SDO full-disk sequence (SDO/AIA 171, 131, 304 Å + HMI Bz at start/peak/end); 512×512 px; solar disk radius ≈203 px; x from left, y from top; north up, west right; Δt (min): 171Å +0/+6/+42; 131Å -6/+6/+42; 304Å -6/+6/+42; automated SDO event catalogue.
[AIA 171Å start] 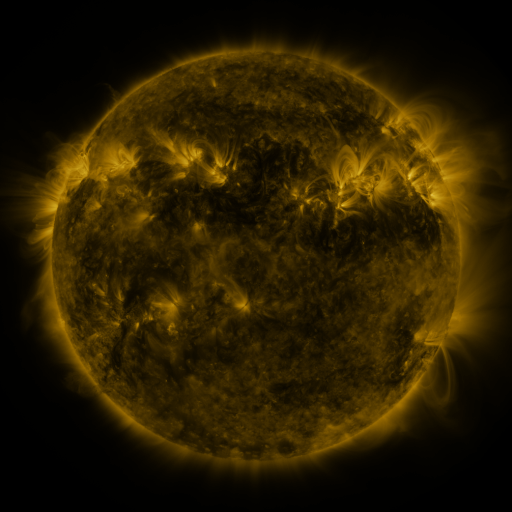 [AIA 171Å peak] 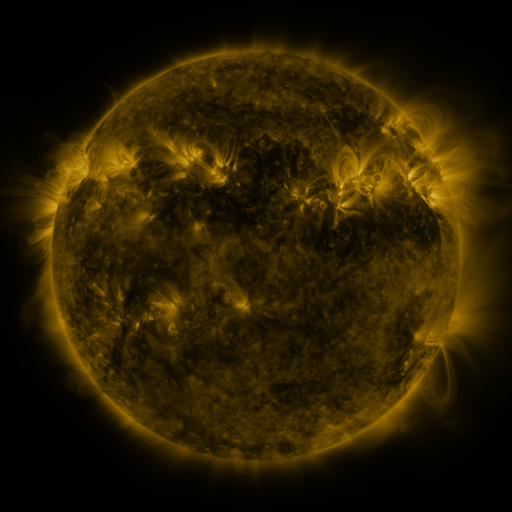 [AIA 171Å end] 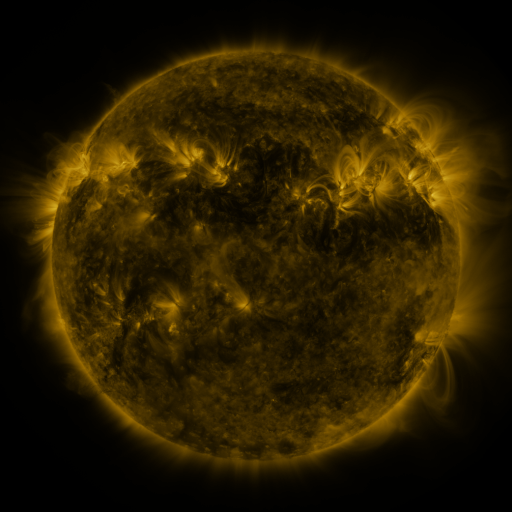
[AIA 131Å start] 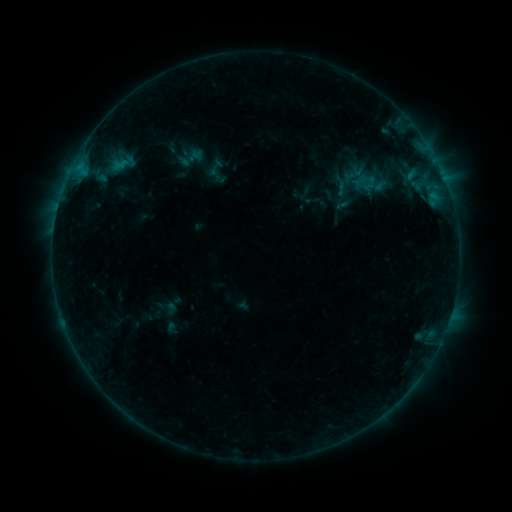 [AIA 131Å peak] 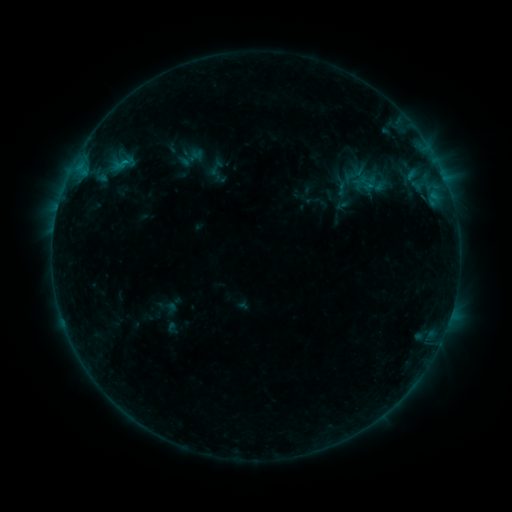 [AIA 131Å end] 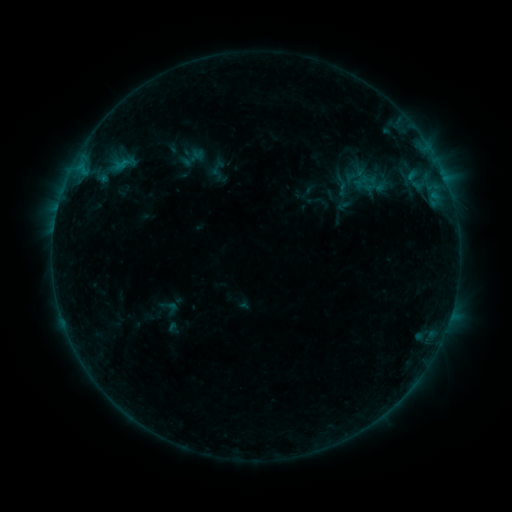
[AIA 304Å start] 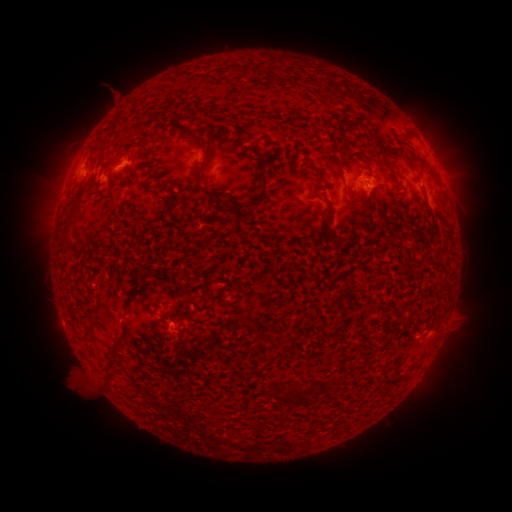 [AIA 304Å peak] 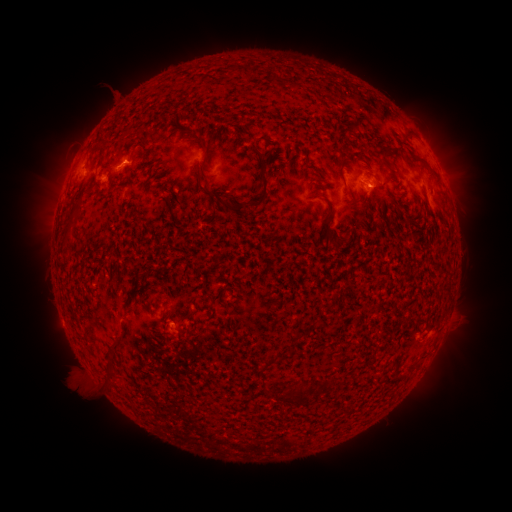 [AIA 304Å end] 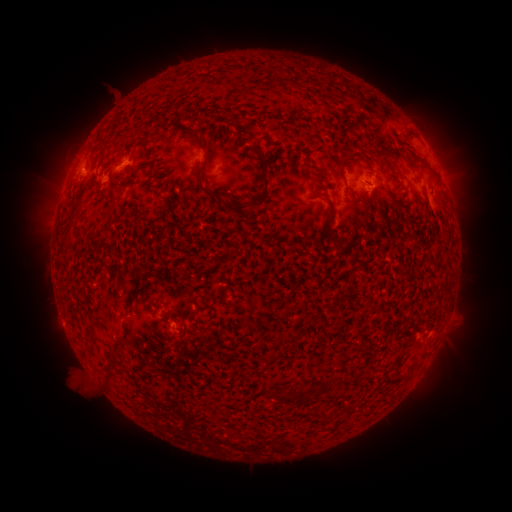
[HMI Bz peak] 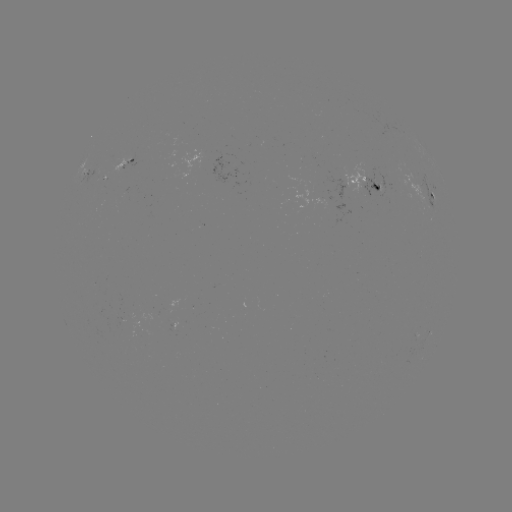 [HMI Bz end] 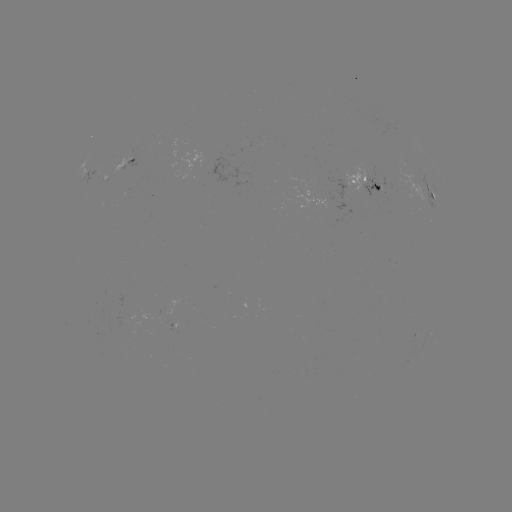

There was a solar emerging-flux region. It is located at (125, 163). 